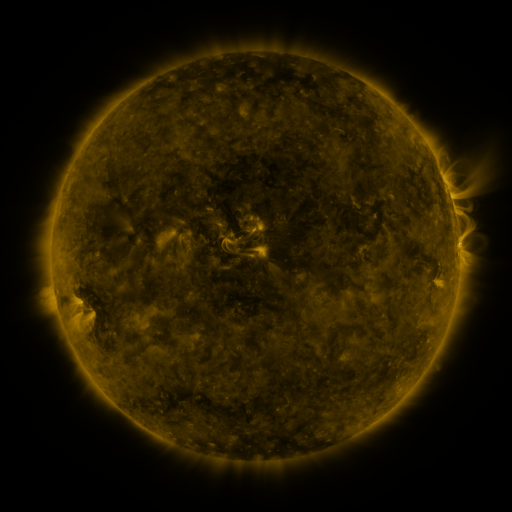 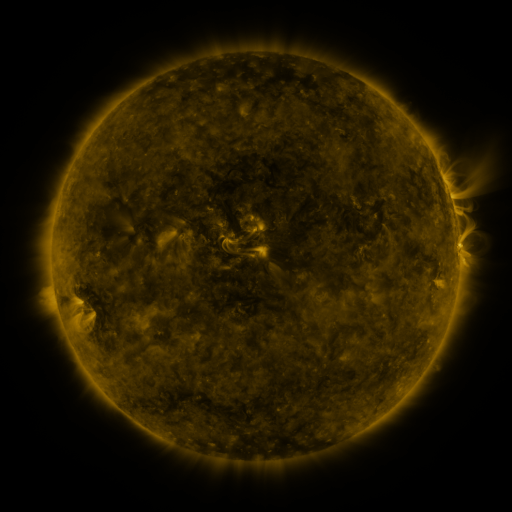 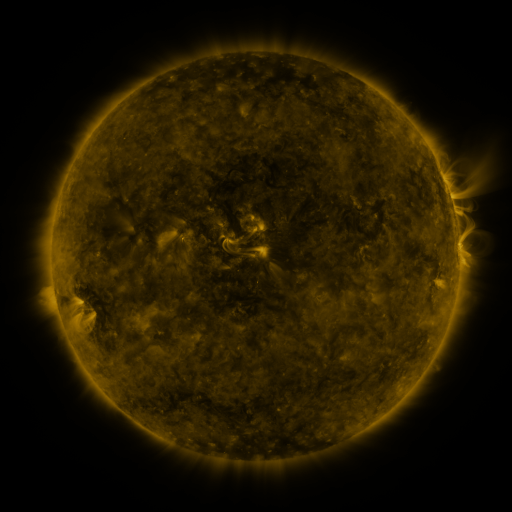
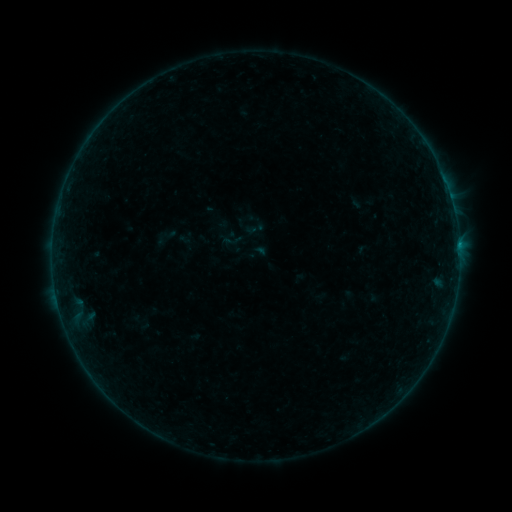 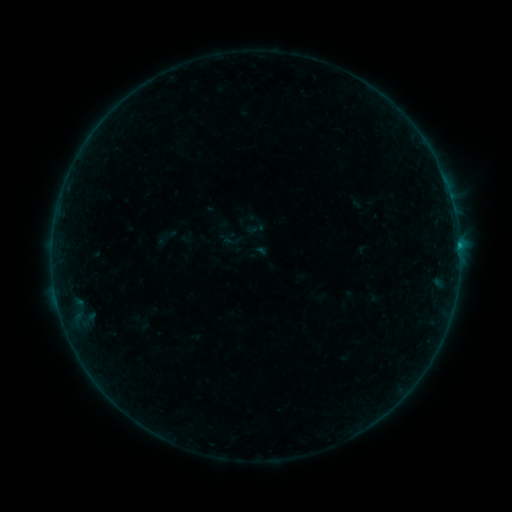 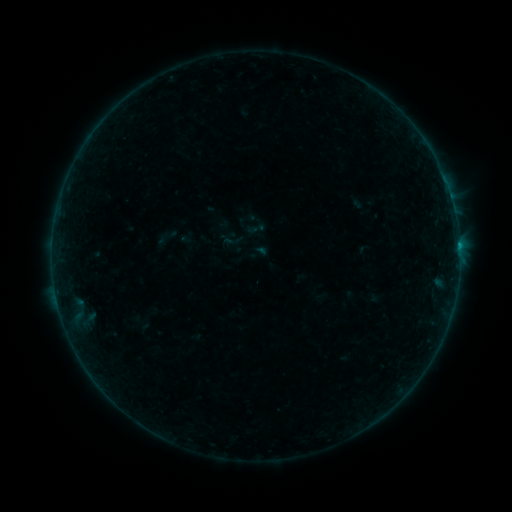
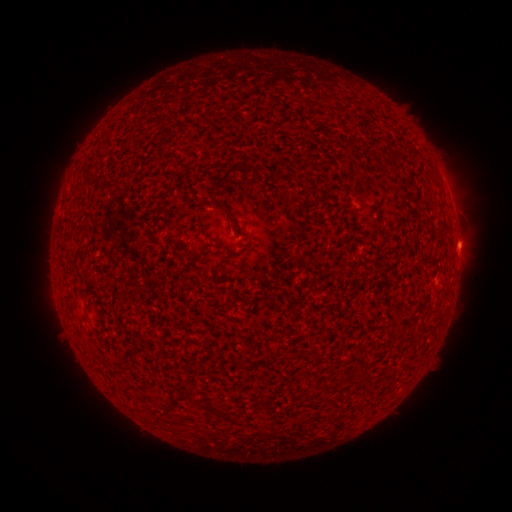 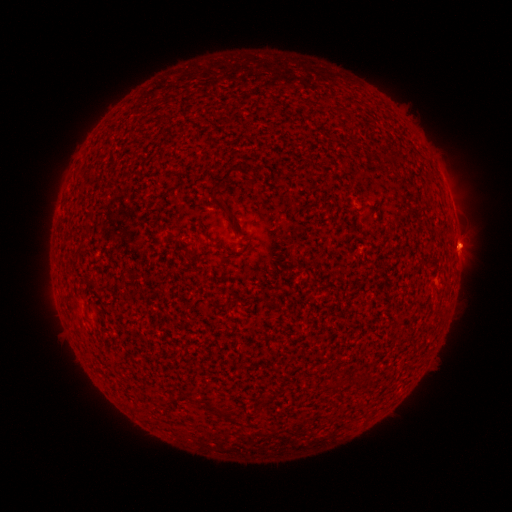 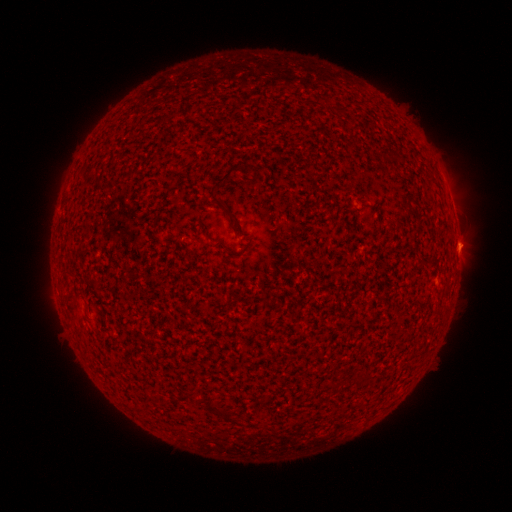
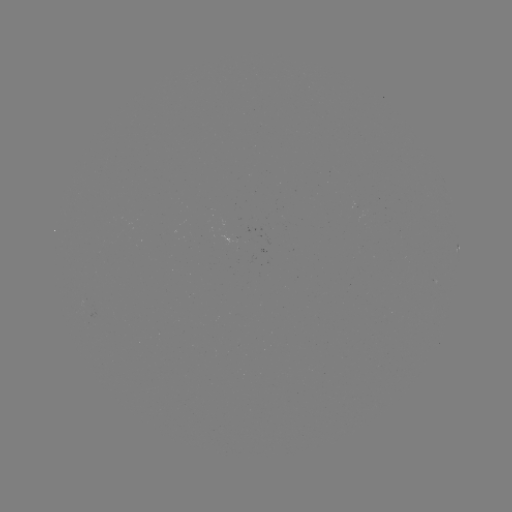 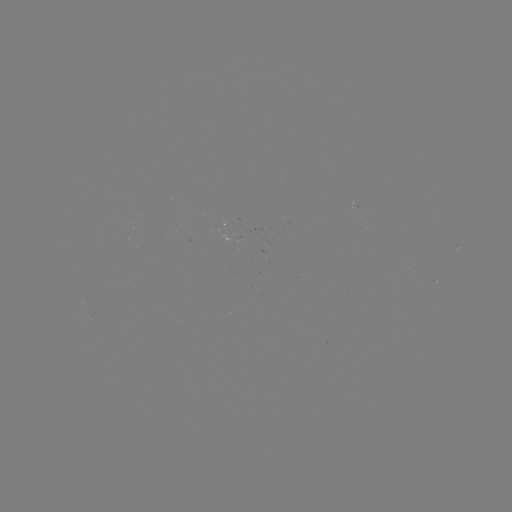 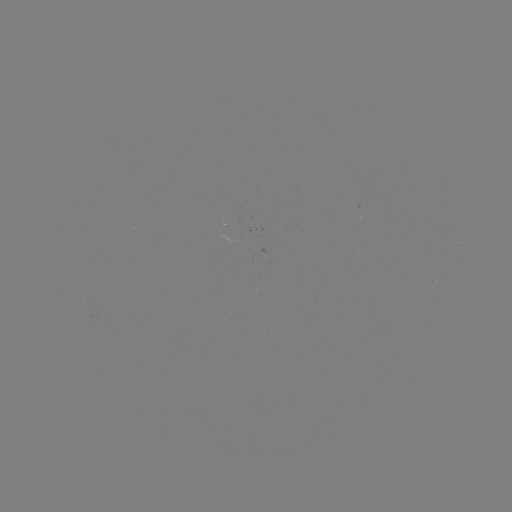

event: flare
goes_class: B2.7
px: (459, 249)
